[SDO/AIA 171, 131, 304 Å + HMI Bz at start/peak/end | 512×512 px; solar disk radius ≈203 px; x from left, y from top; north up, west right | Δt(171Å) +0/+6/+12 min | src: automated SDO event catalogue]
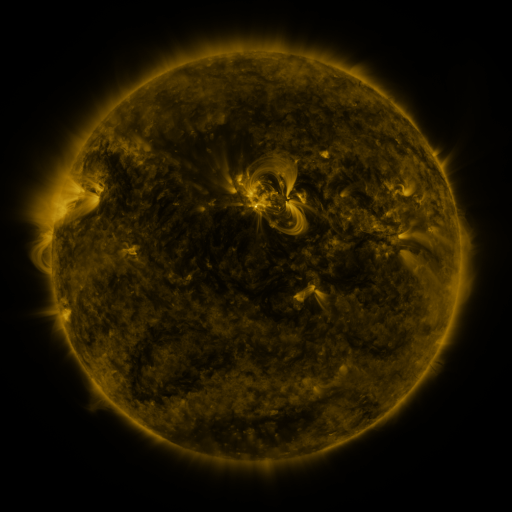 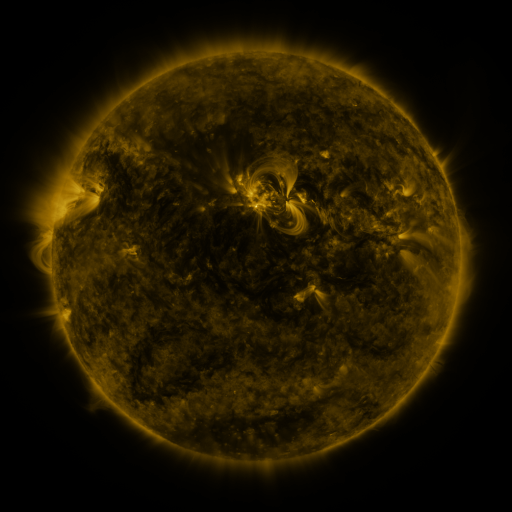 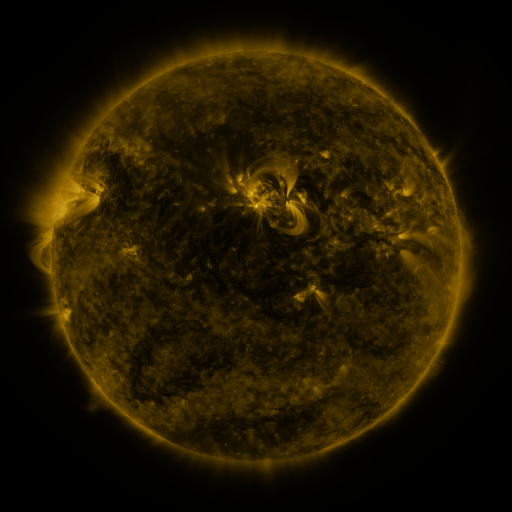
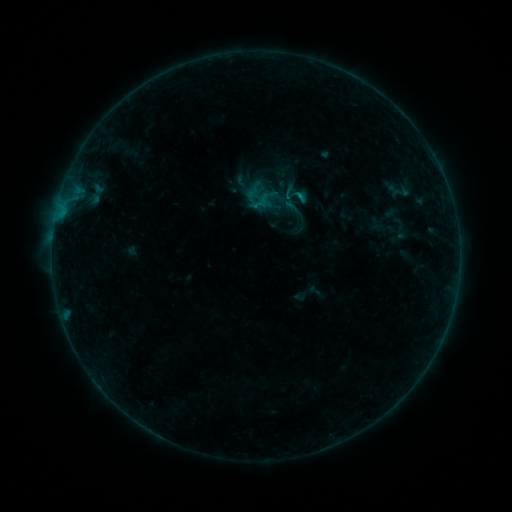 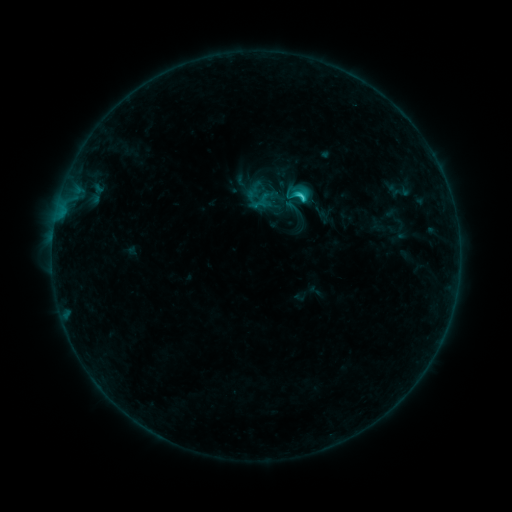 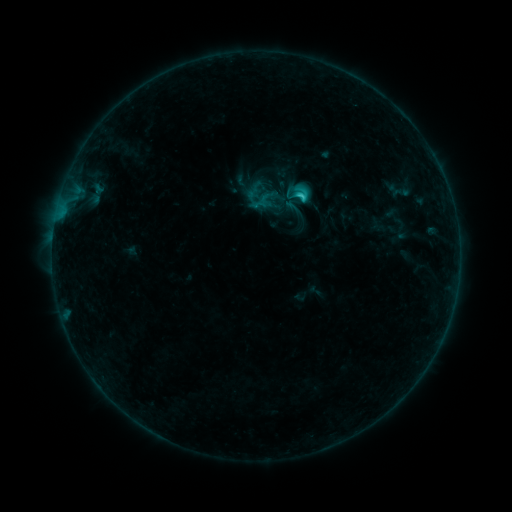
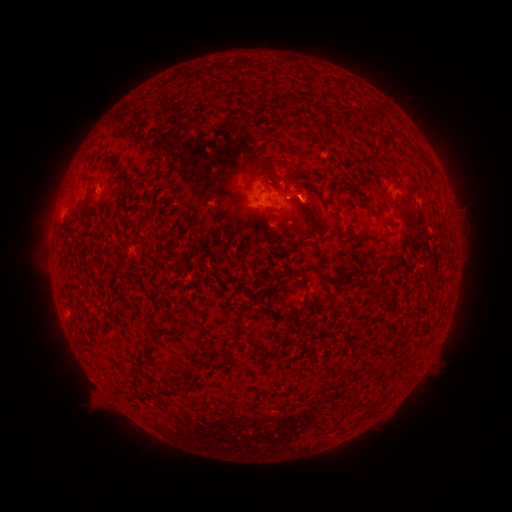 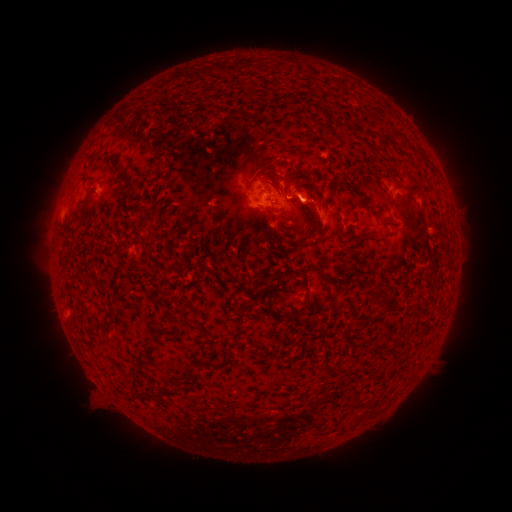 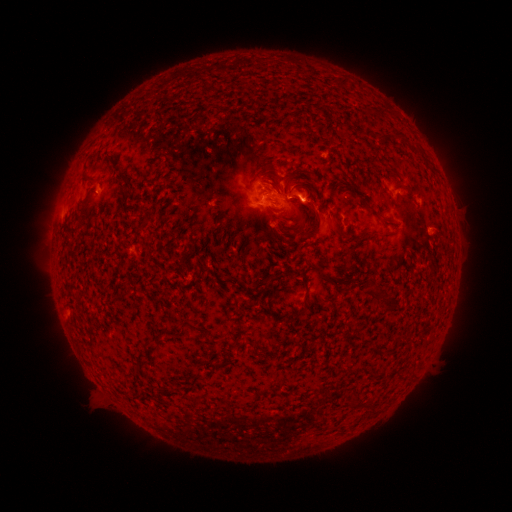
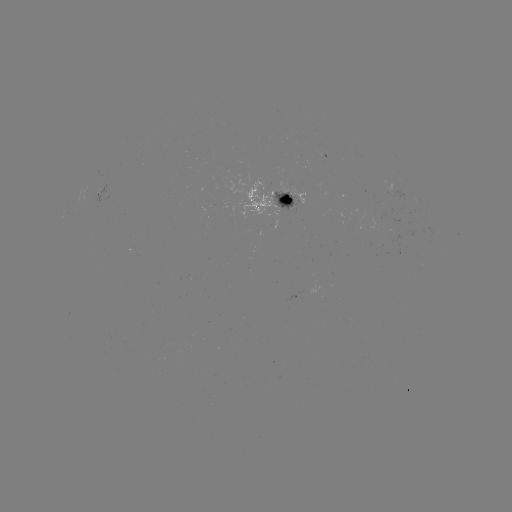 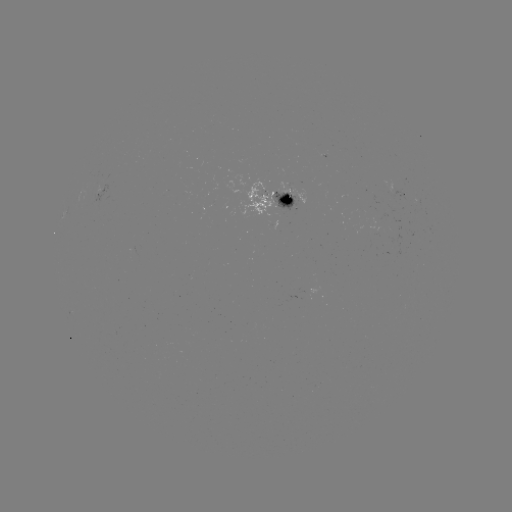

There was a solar eruption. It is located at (324, 214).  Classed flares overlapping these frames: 1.